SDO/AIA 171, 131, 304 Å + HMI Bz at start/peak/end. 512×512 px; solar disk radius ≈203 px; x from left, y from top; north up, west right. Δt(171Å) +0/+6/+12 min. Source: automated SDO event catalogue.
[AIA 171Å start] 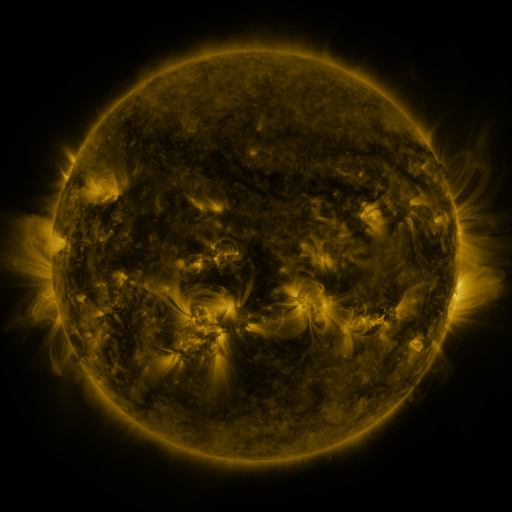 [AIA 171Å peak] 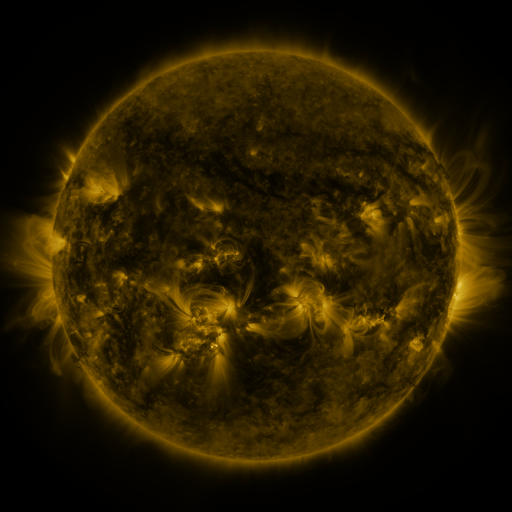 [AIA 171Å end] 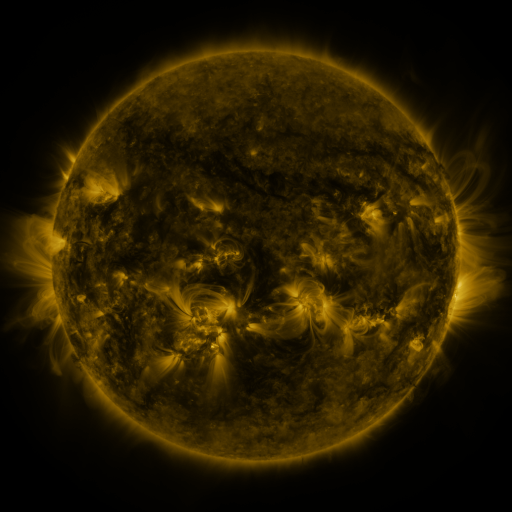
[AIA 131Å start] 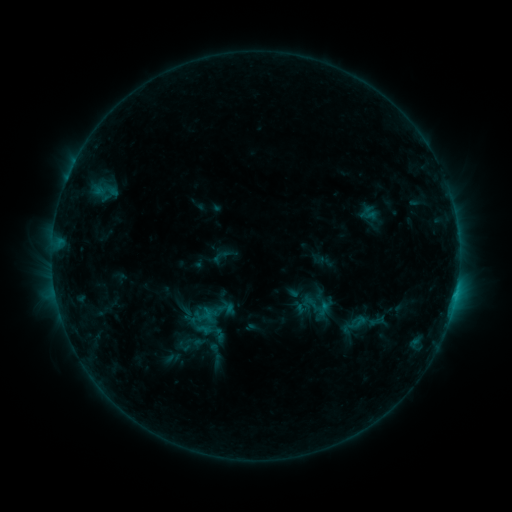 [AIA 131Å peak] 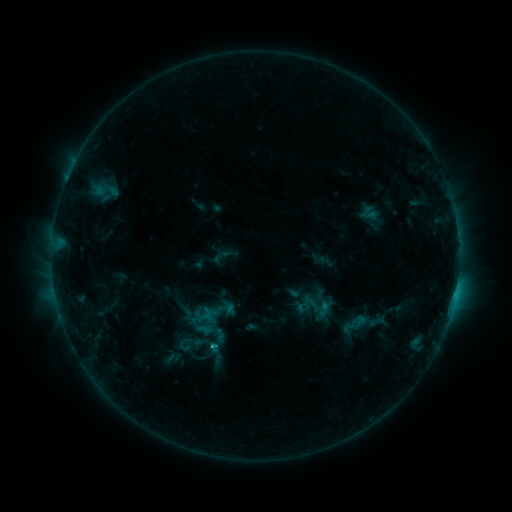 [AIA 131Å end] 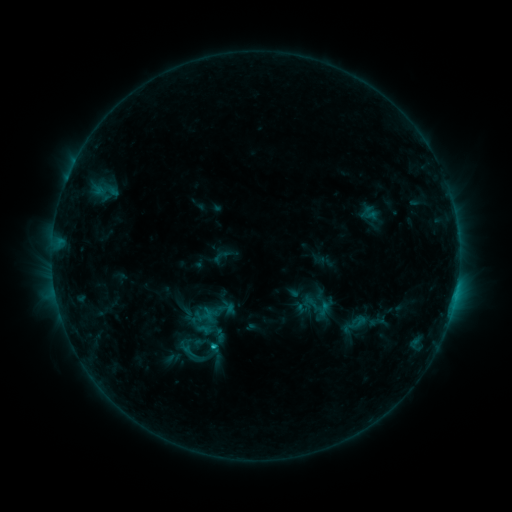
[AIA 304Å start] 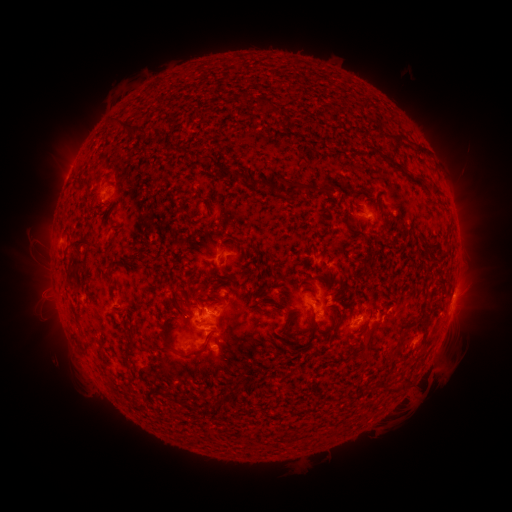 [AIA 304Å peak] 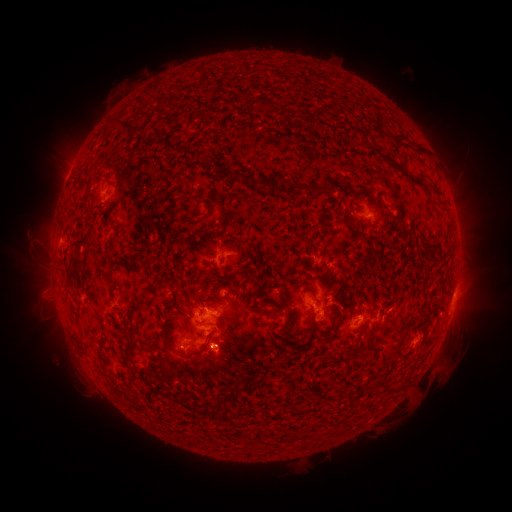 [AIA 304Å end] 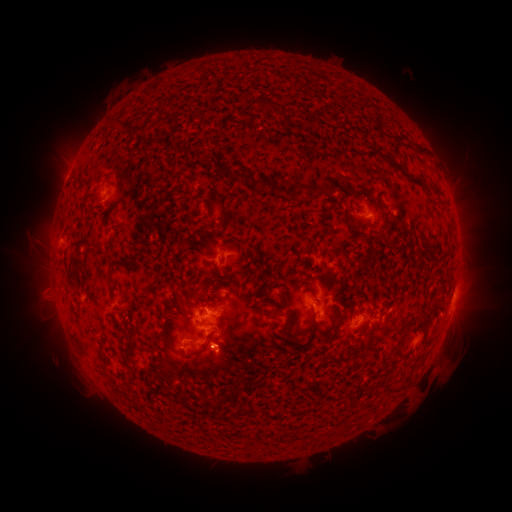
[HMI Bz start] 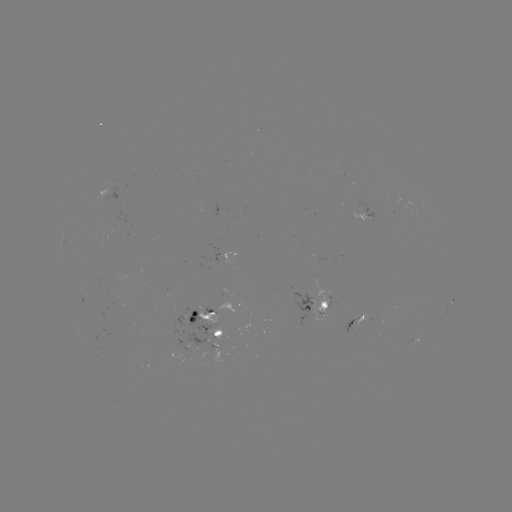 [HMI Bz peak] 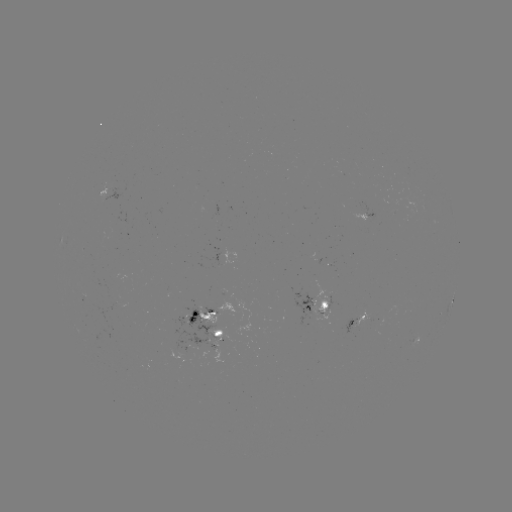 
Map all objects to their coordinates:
C1.4 flare: (213, 343)
